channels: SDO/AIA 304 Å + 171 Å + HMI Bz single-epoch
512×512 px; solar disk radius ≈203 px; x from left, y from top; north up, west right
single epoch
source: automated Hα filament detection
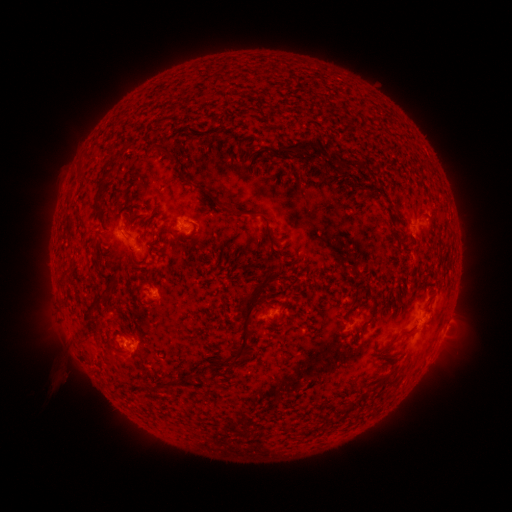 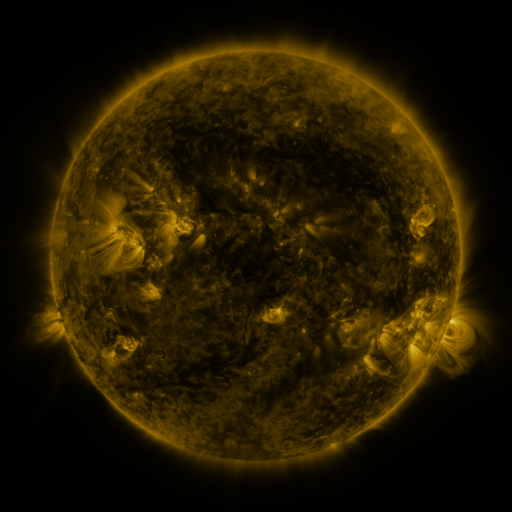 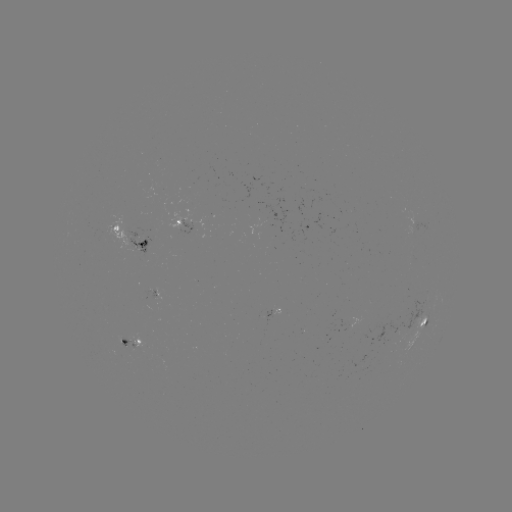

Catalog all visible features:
filament: [275, 137, 322, 159]
filament: [338, 157, 358, 172]
filament: [248, 159, 258, 178]
filament: [325, 161, 337, 171]
filament: [96, 166, 114, 187]
filament: [92, 183, 112, 218]
filament: [192, 183, 275, 244]
filament: [123, 217, 130, 229]
filament: [191, 223, 197, 234]
filament: [126, 242, 134, 253]
filament: [90, 252, 103, 273]
filament: [229, 270, 271, 369]
filament: [349, 285, 360, 309]
filament: [83, 287, 113, 324]
filament: [361, 296, 379, 332]
filament: [269, 312, 278, 322]
filament: [401, 327, 413, 335]
filament: [345, 398, 359, 411]
